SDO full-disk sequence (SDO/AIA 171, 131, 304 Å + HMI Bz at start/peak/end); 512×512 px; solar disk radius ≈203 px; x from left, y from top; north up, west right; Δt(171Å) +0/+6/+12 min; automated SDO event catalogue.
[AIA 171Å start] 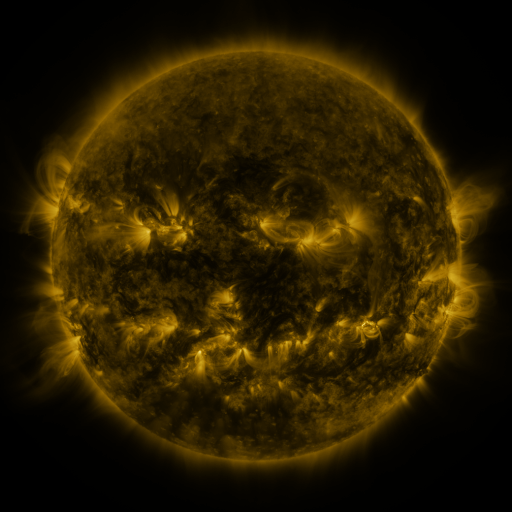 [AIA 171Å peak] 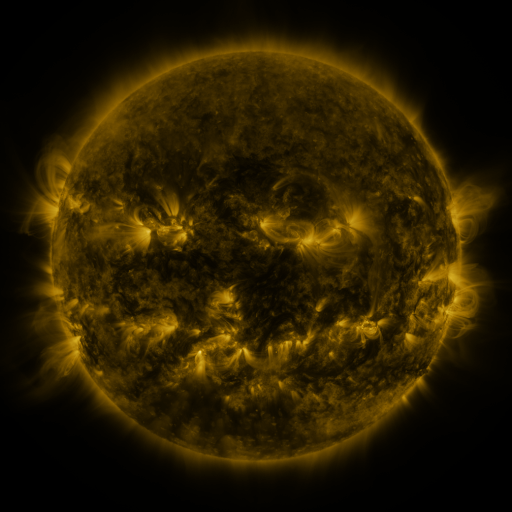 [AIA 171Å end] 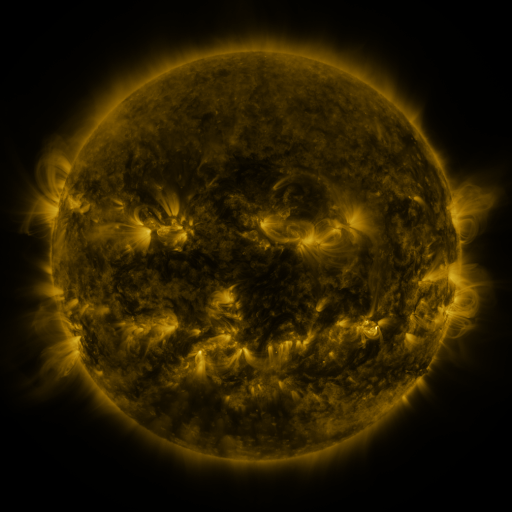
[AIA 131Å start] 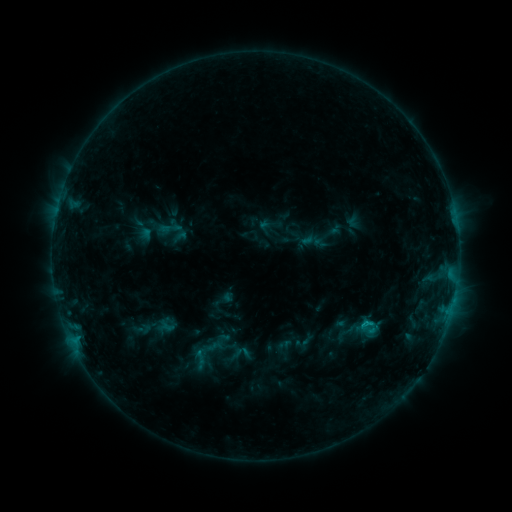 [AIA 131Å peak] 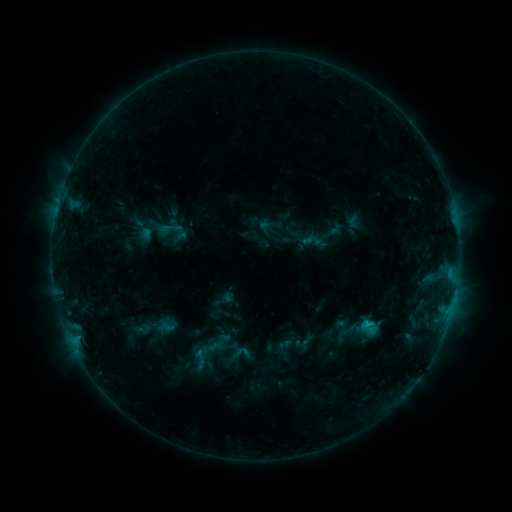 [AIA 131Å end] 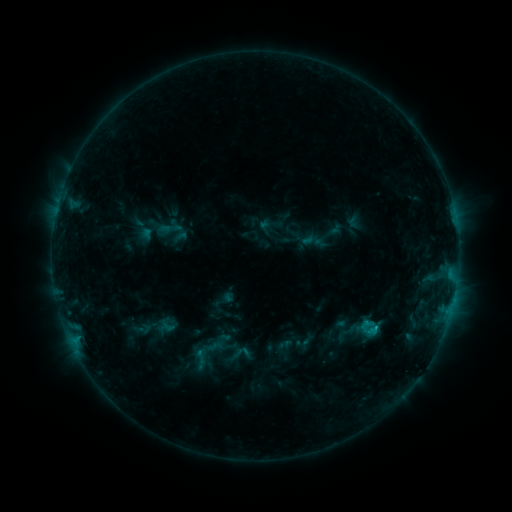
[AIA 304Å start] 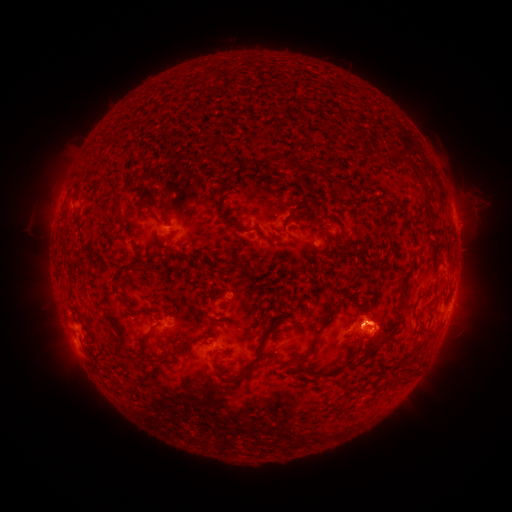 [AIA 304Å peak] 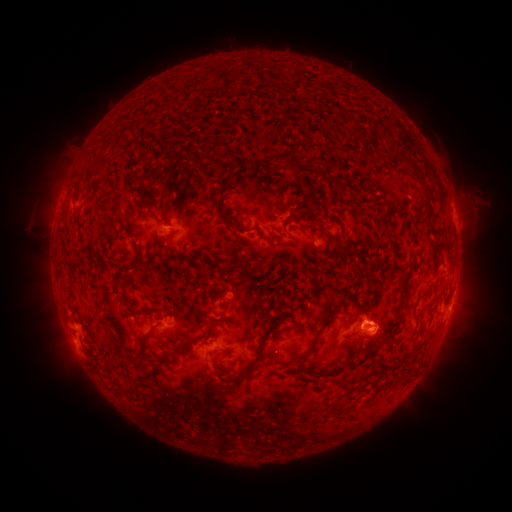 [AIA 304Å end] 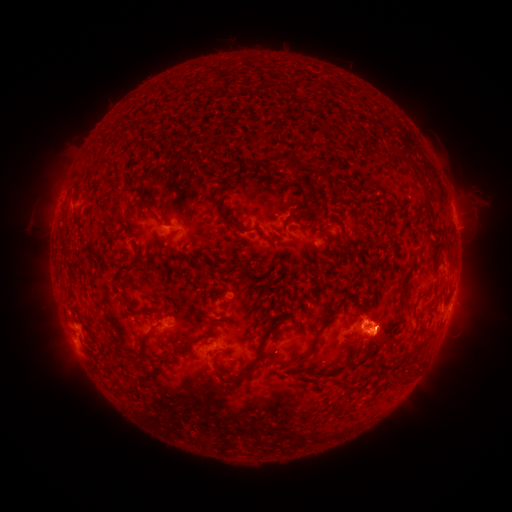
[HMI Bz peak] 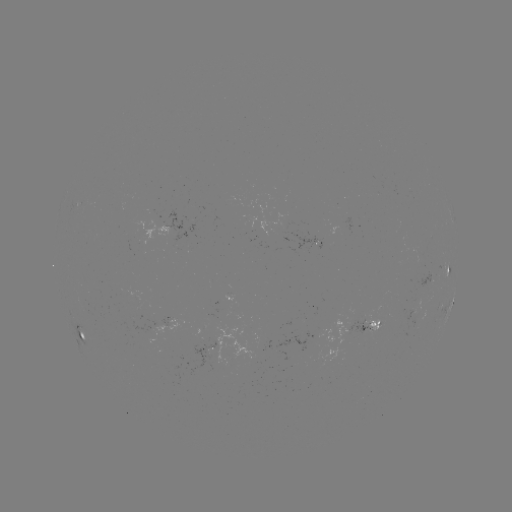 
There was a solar eruption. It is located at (385, 333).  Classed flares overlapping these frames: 1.